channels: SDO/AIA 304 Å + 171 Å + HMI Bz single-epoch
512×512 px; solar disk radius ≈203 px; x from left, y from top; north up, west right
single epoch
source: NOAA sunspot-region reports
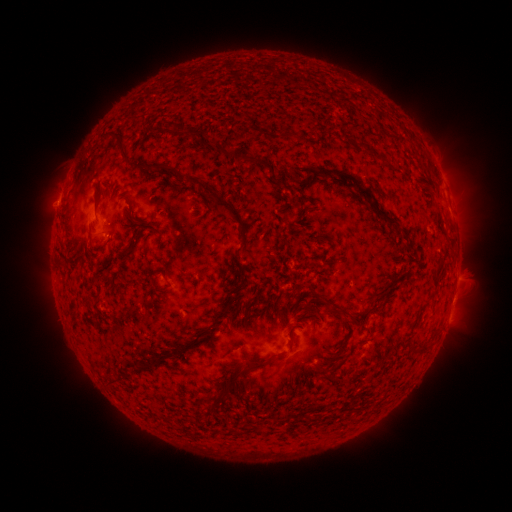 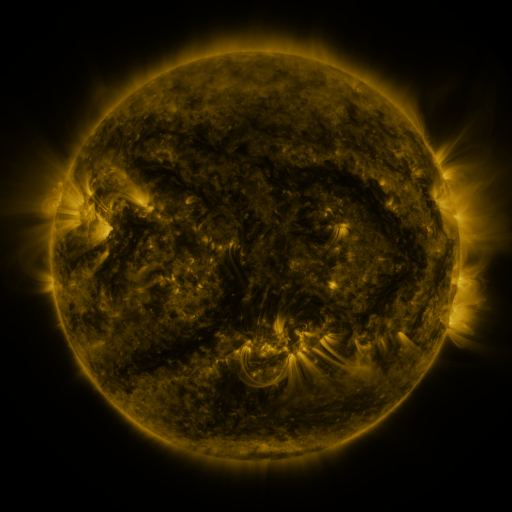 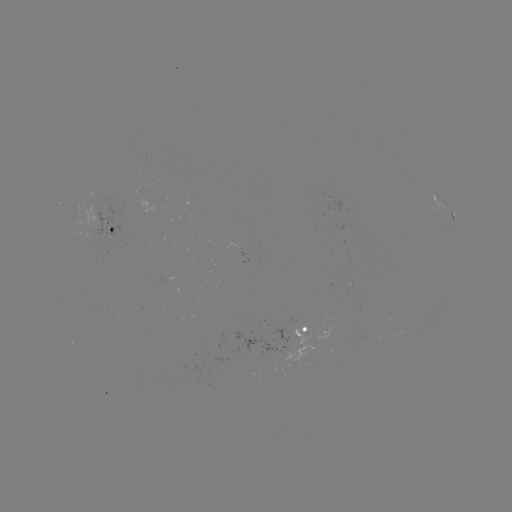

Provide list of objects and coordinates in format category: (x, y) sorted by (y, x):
spotted active region: (448, 206)
spotted active region: (119, 228)
spotted active region: (315, 332)
